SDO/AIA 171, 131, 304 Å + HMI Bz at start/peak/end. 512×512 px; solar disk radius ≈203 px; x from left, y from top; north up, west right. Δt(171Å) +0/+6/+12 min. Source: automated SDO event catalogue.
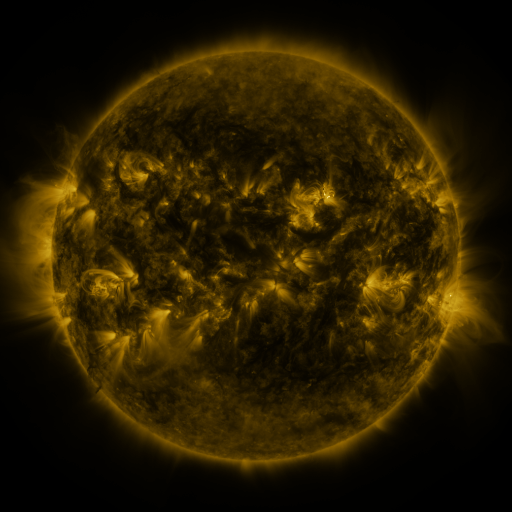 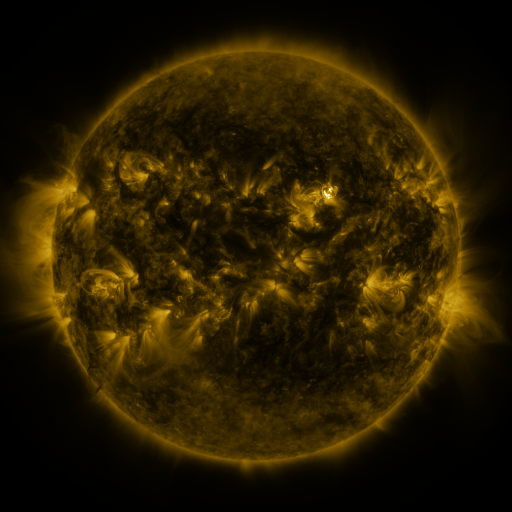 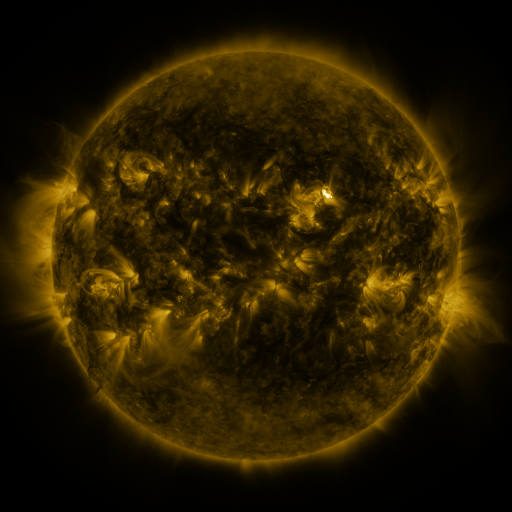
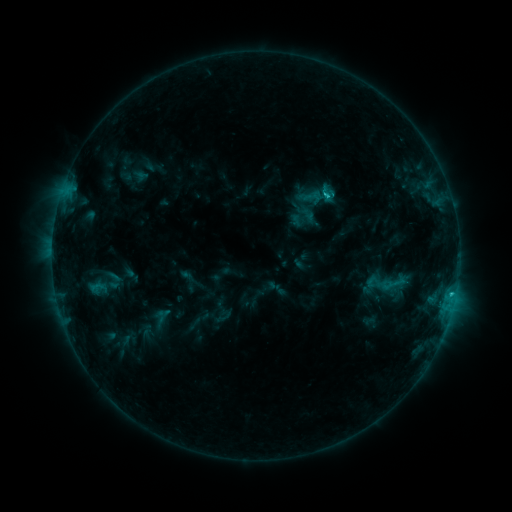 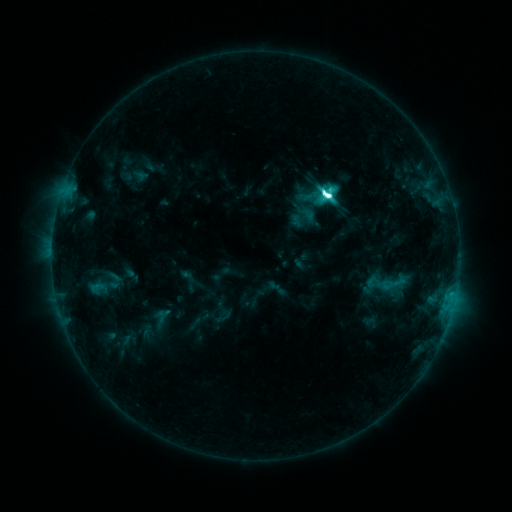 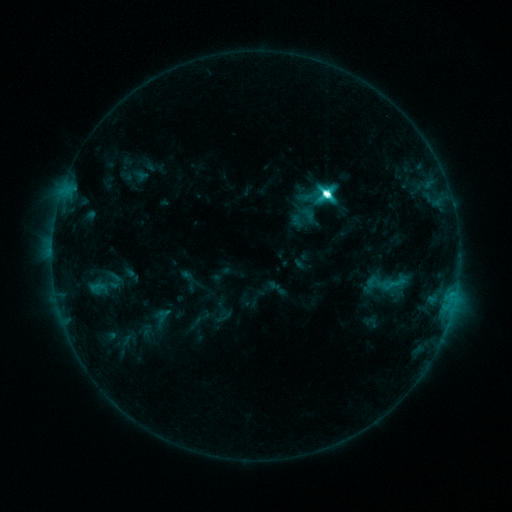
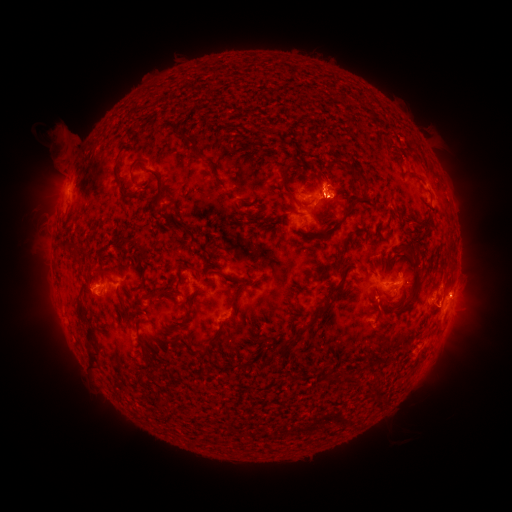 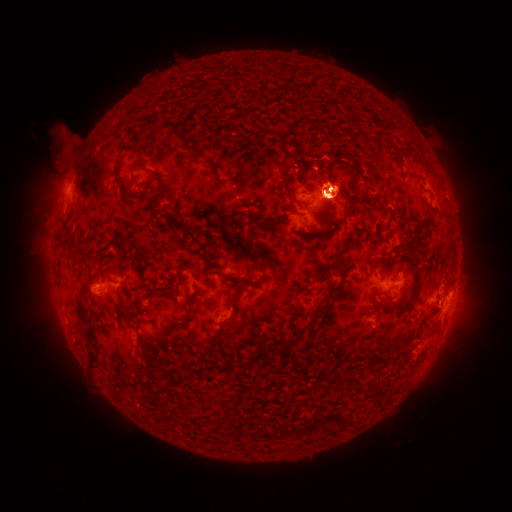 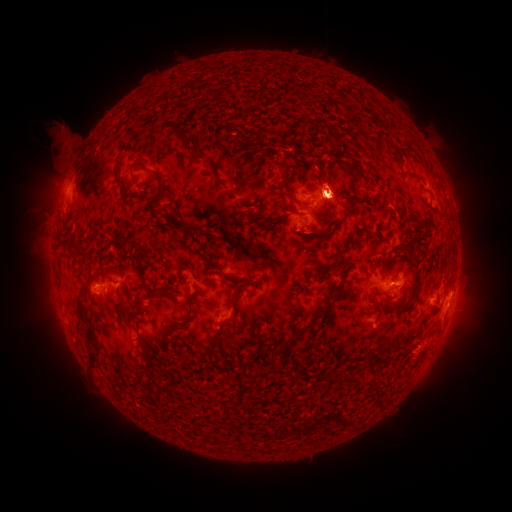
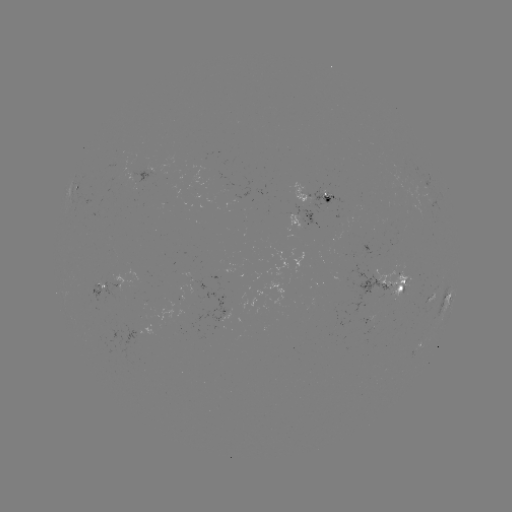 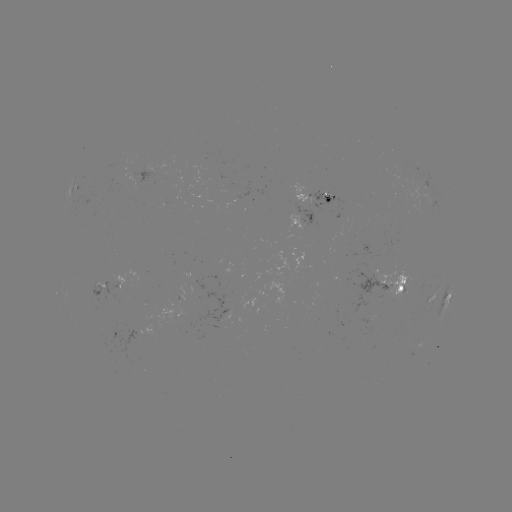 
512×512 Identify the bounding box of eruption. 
[426, 261, 493, 357].